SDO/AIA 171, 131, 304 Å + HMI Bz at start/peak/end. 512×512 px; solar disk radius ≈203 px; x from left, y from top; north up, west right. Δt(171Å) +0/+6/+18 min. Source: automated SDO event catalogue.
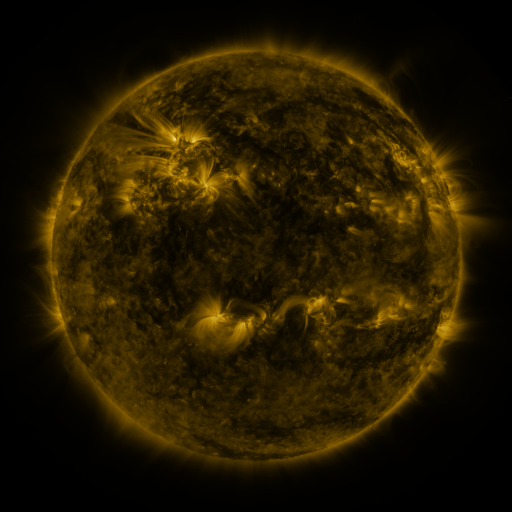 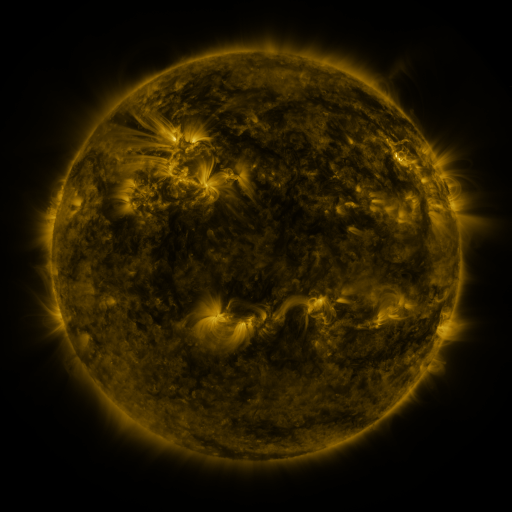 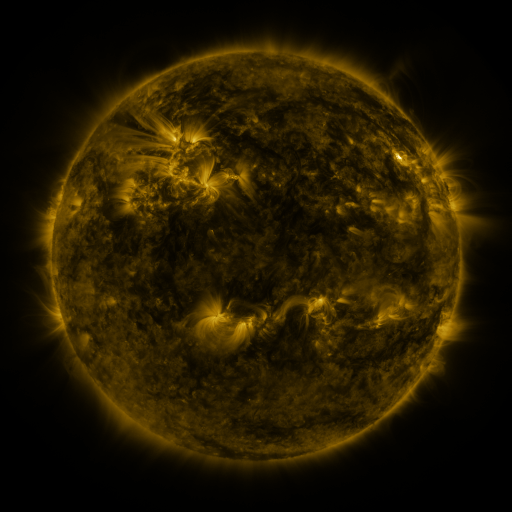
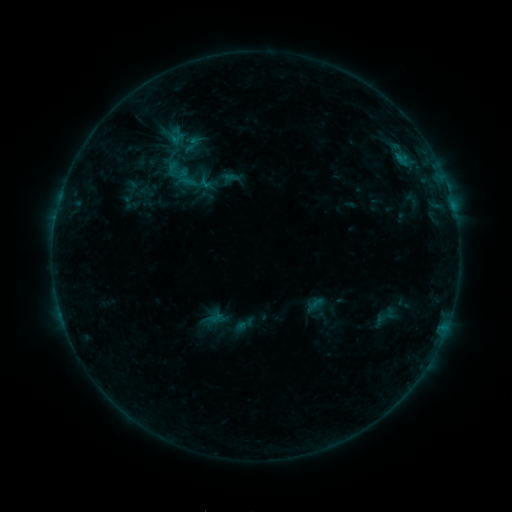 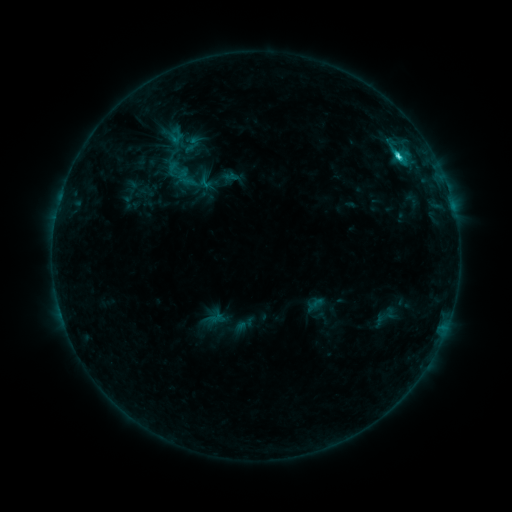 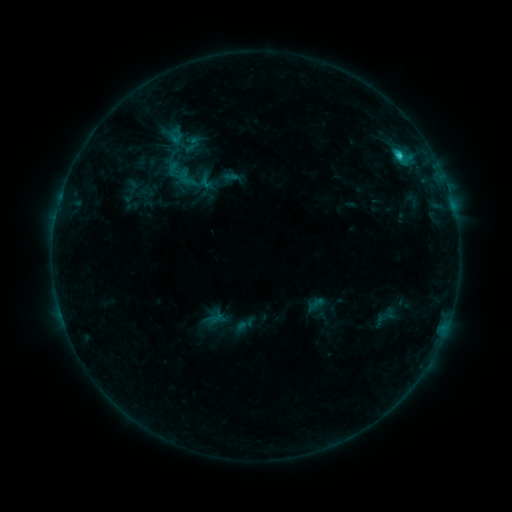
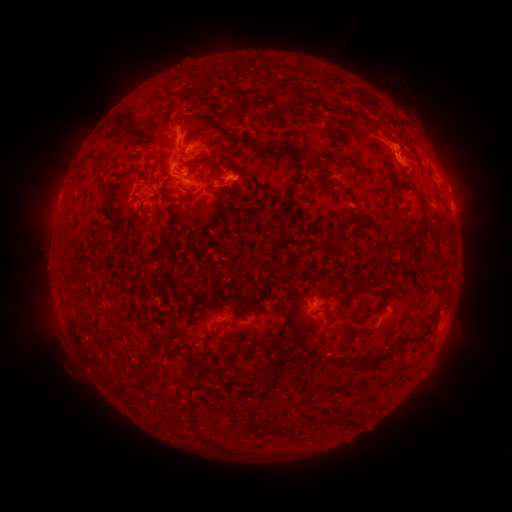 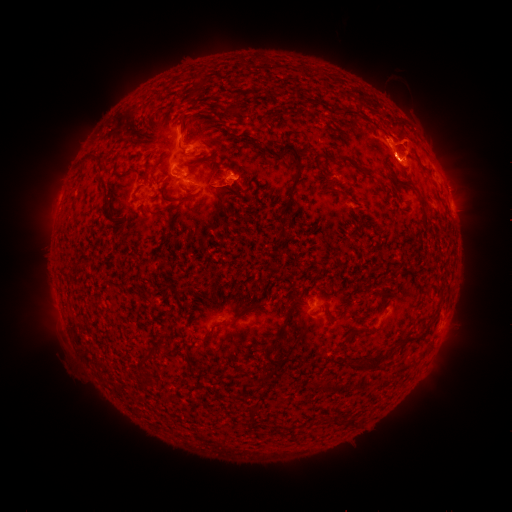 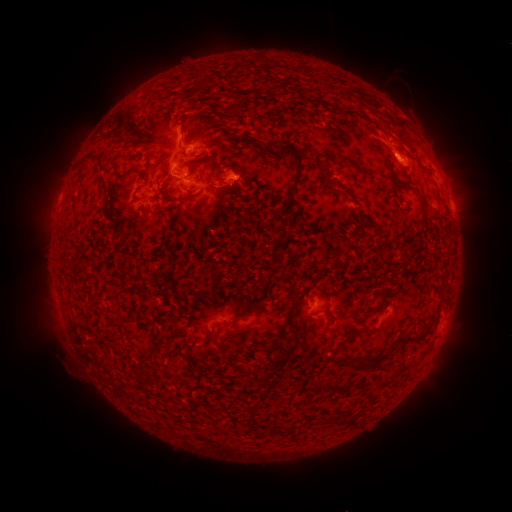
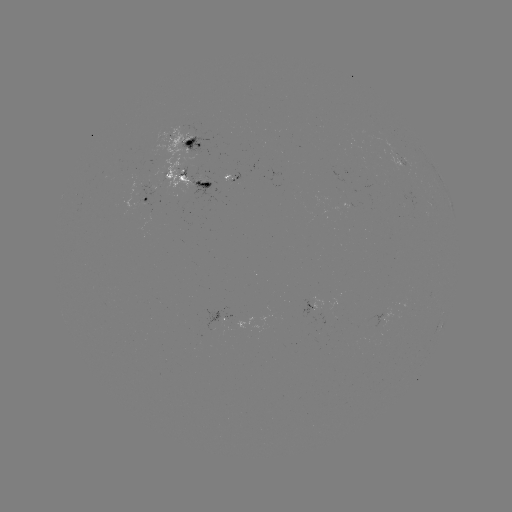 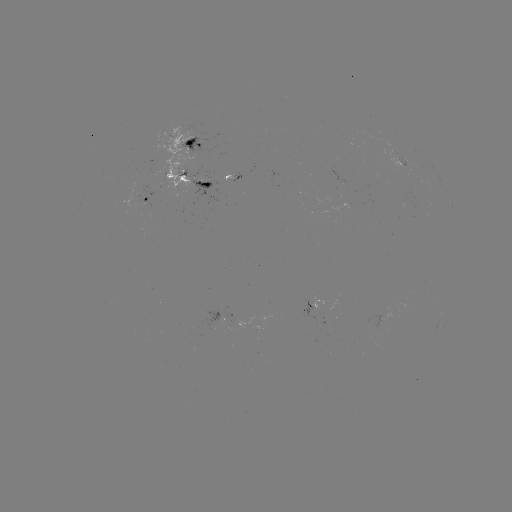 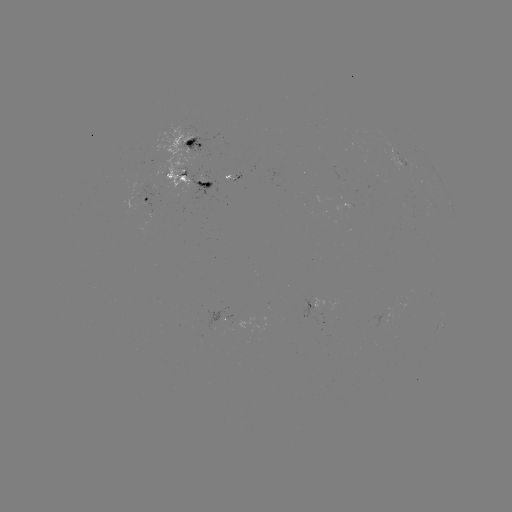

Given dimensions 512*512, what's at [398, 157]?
C3.2 flare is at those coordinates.